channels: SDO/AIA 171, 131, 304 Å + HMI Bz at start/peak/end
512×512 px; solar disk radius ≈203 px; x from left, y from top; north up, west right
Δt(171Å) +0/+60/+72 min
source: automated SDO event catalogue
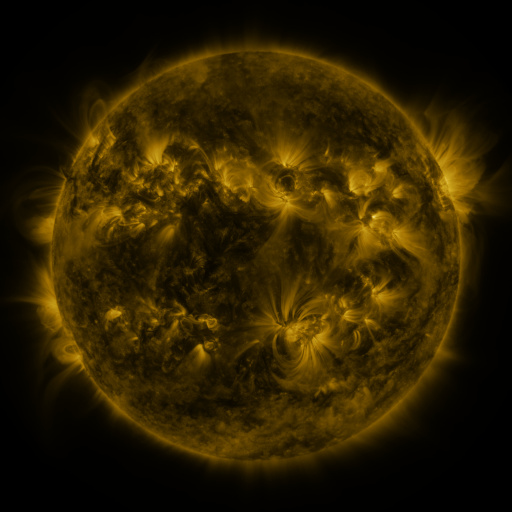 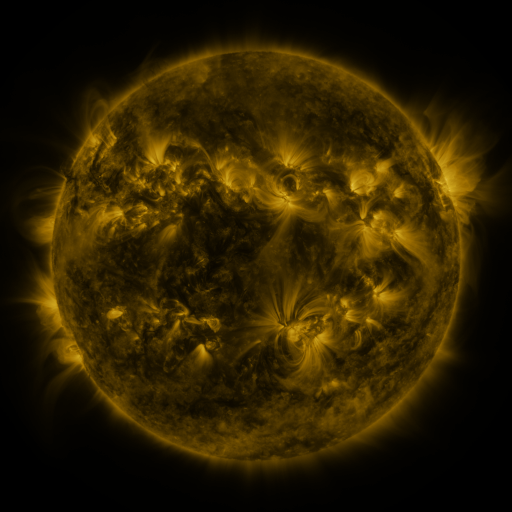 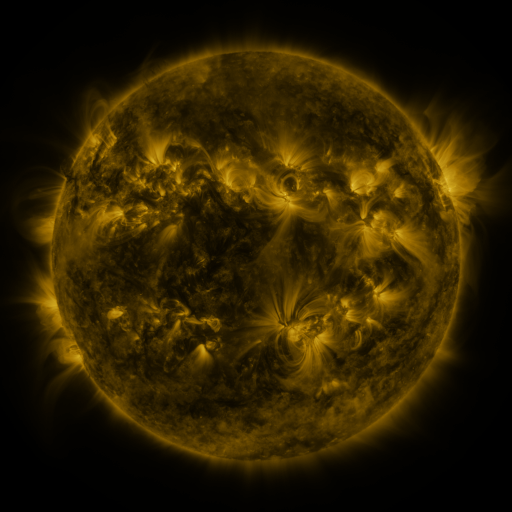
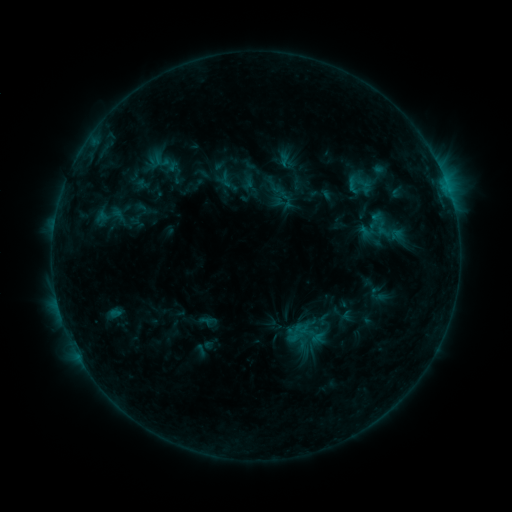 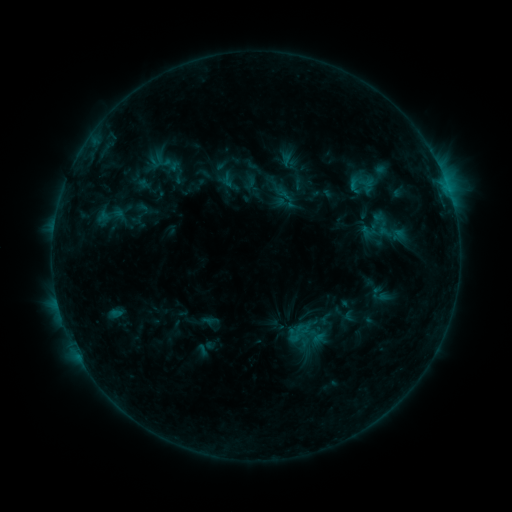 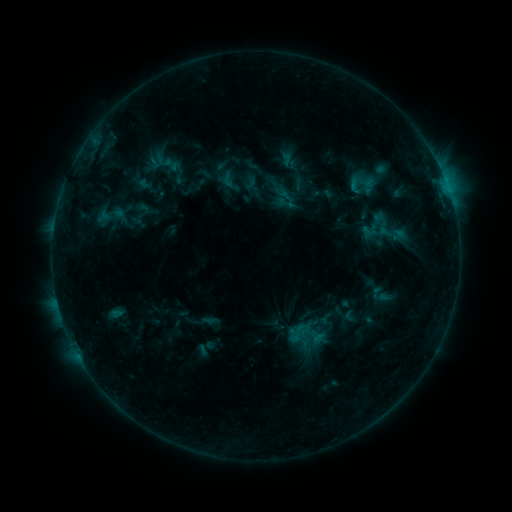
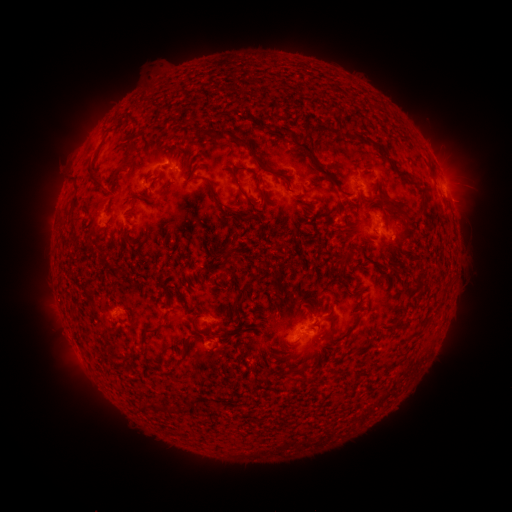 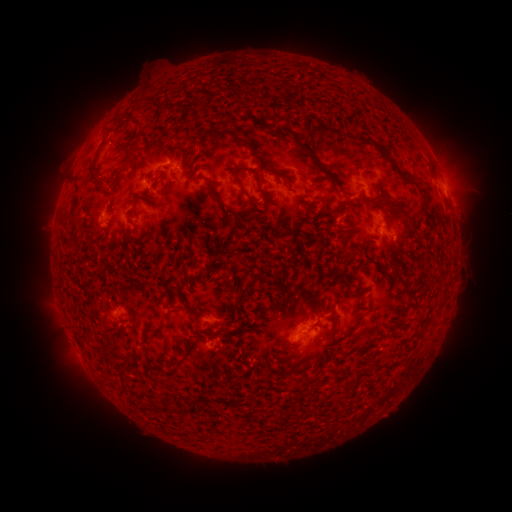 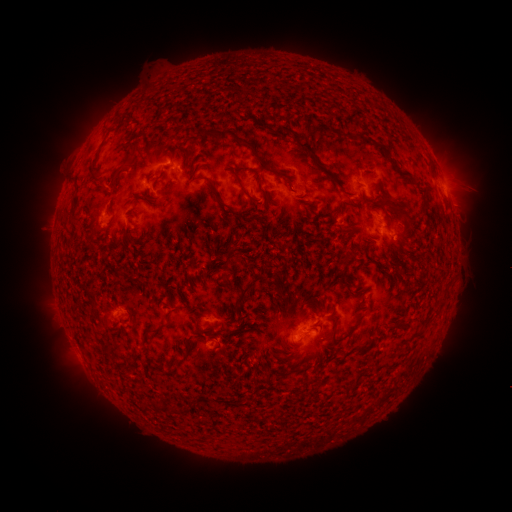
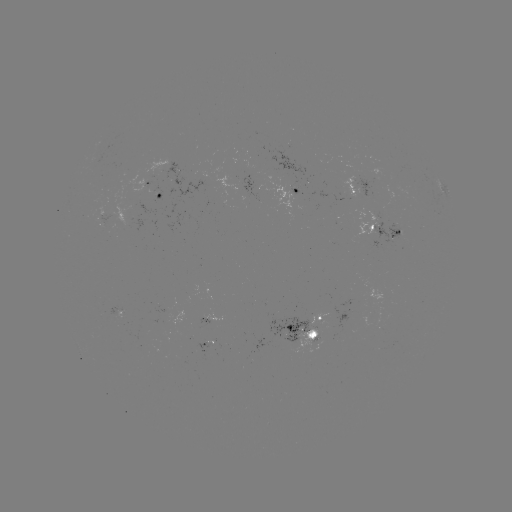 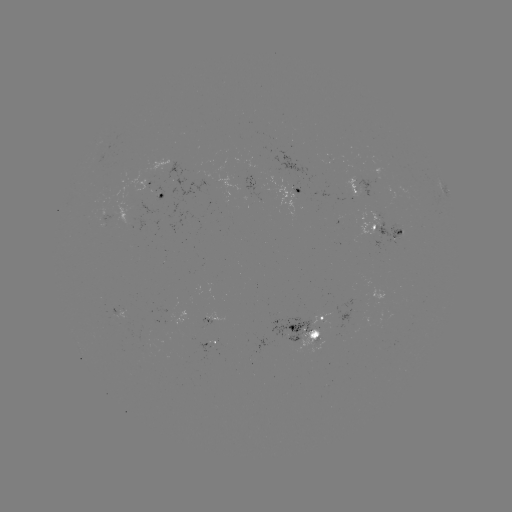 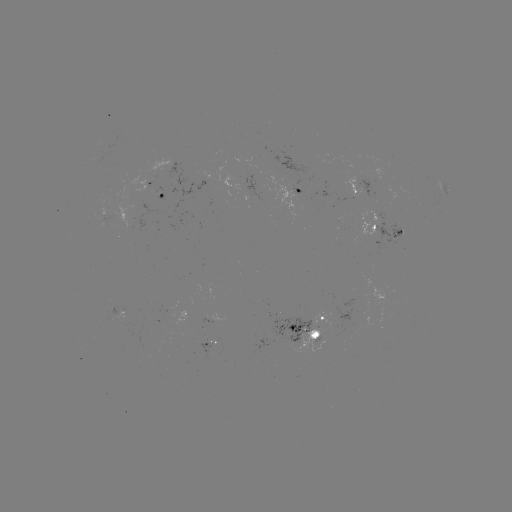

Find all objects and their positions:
emerging-flux region: (135, 210)
